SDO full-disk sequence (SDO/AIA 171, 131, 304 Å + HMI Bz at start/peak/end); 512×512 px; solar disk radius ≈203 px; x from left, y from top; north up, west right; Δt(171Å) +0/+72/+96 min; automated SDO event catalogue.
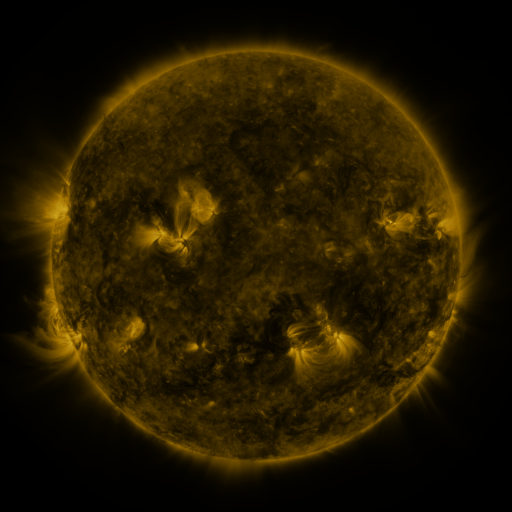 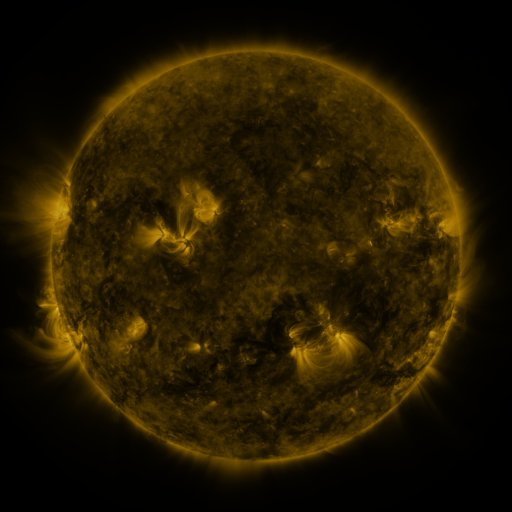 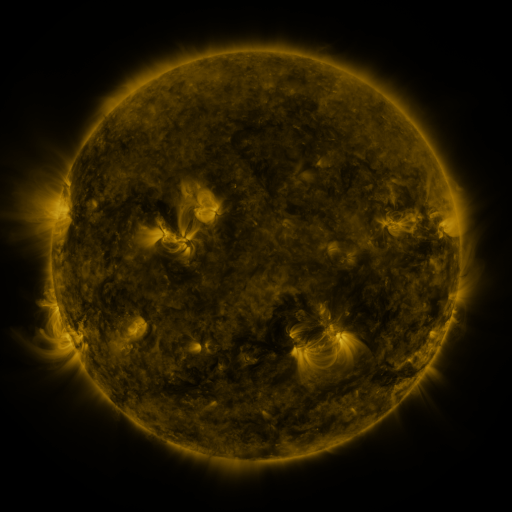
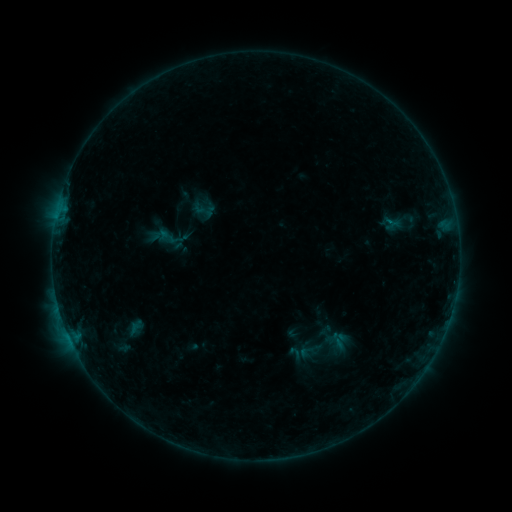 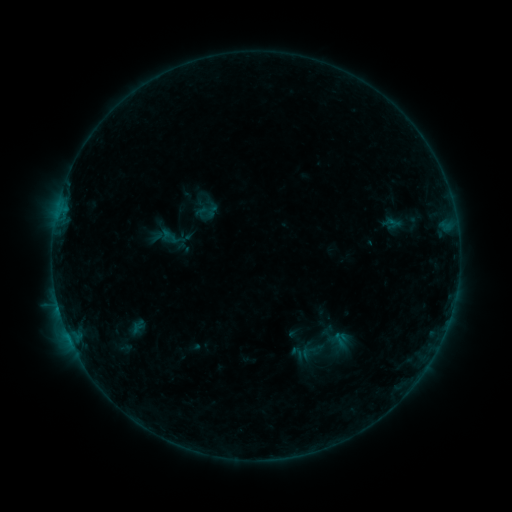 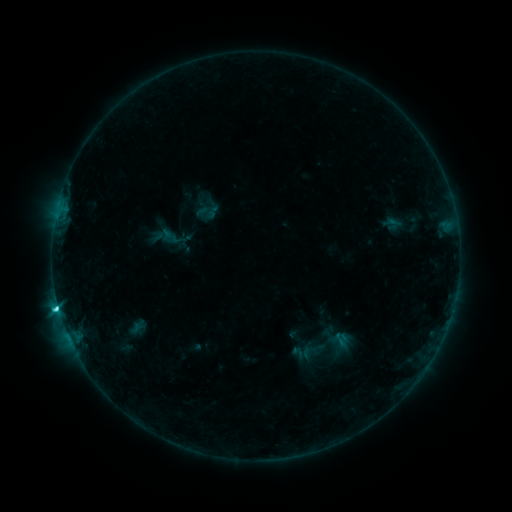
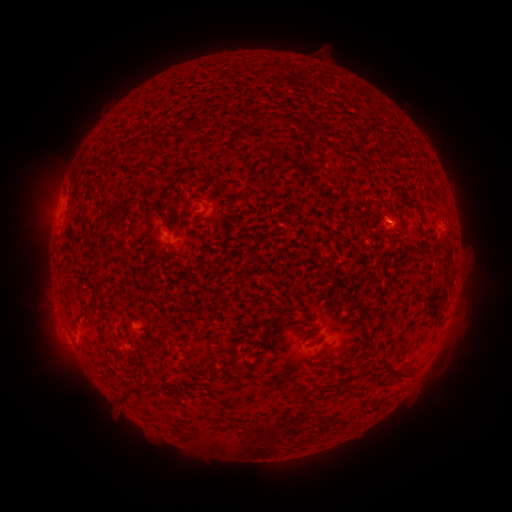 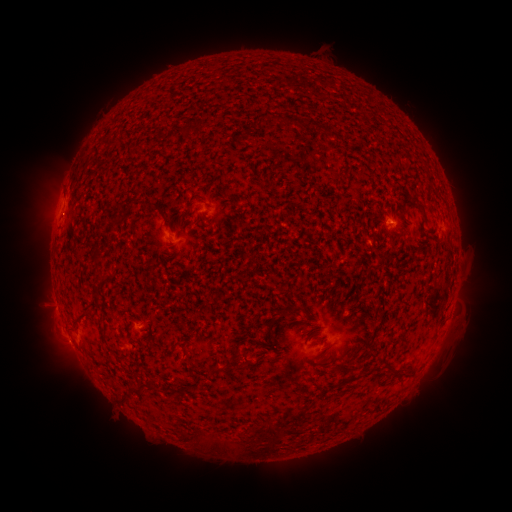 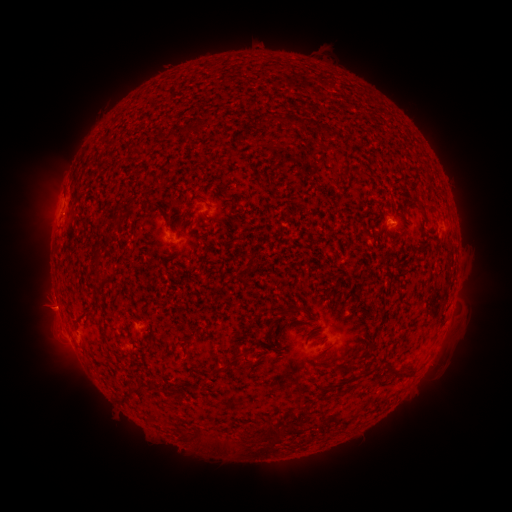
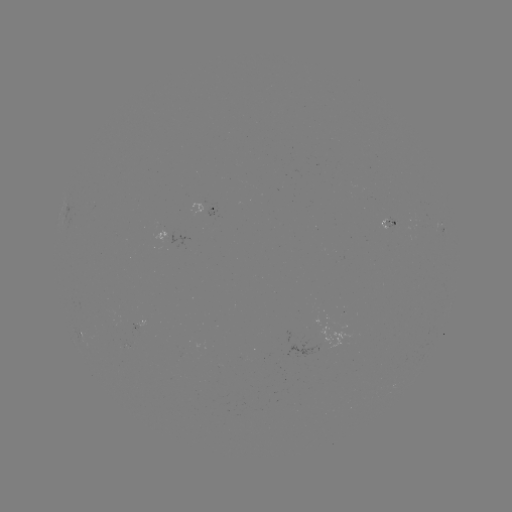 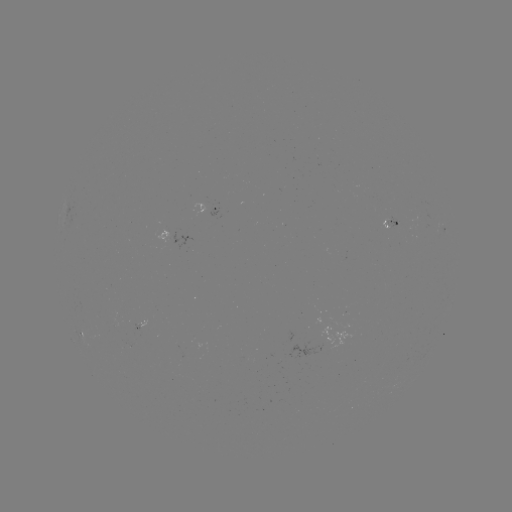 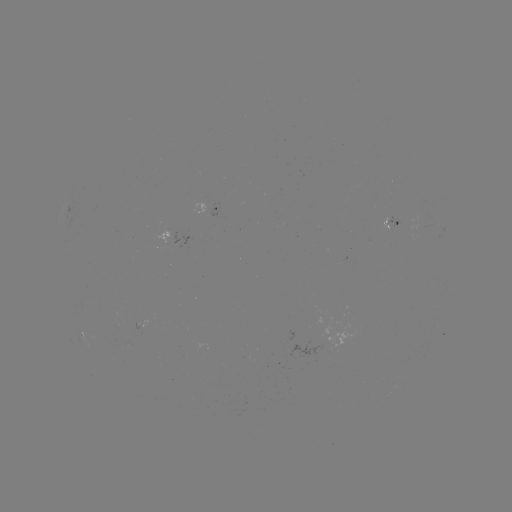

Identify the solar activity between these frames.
emerging-flux region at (395, 223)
